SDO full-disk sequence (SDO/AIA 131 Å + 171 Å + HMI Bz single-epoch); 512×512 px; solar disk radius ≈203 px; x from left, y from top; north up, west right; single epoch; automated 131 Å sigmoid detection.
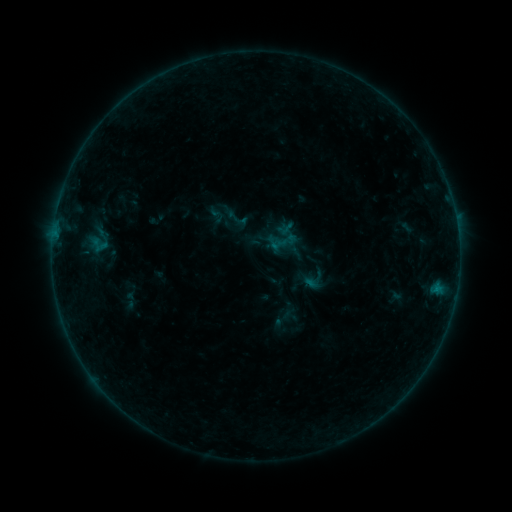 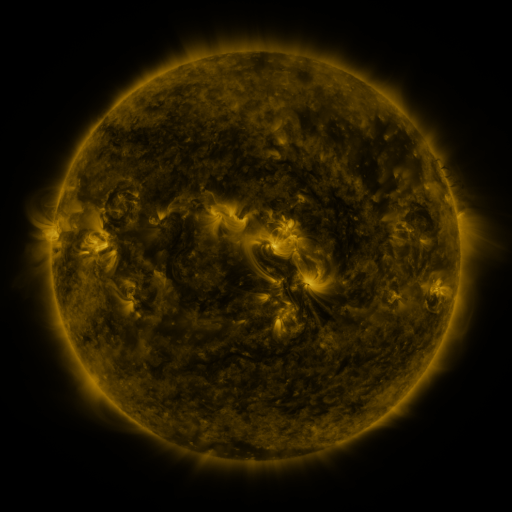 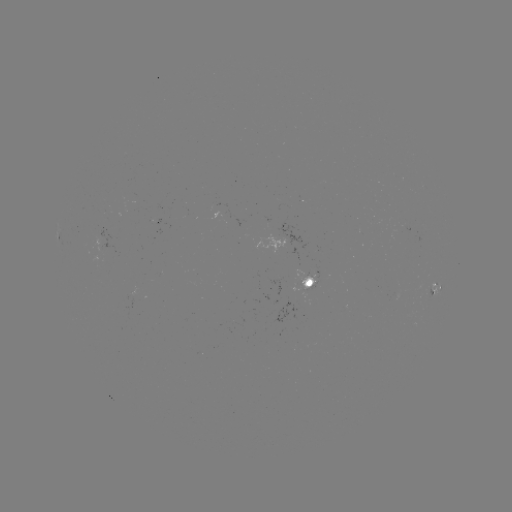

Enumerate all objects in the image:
sigmoid: <bbox>223, 205, 249, 231</bbox>
sigmoid: <bbox>265, 224, 302, 260</bbox>
